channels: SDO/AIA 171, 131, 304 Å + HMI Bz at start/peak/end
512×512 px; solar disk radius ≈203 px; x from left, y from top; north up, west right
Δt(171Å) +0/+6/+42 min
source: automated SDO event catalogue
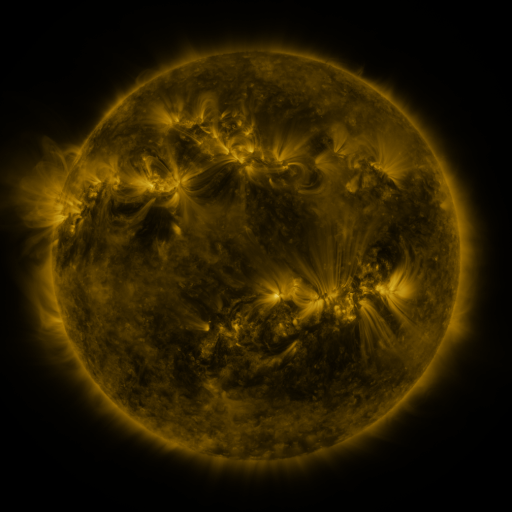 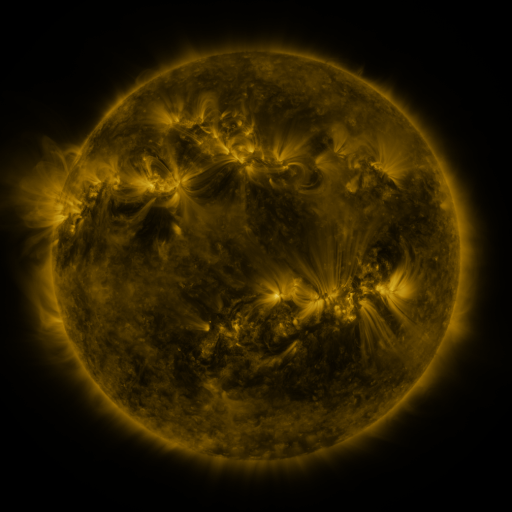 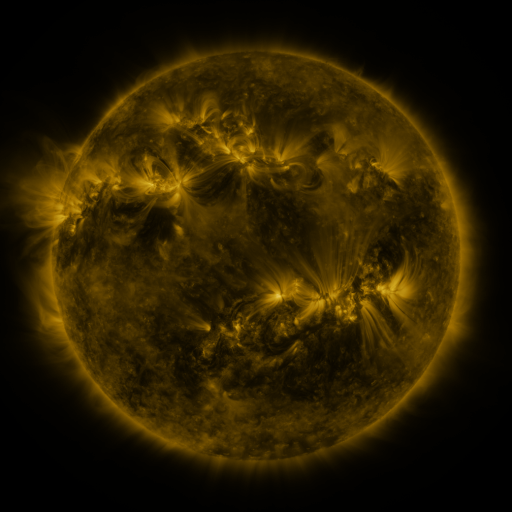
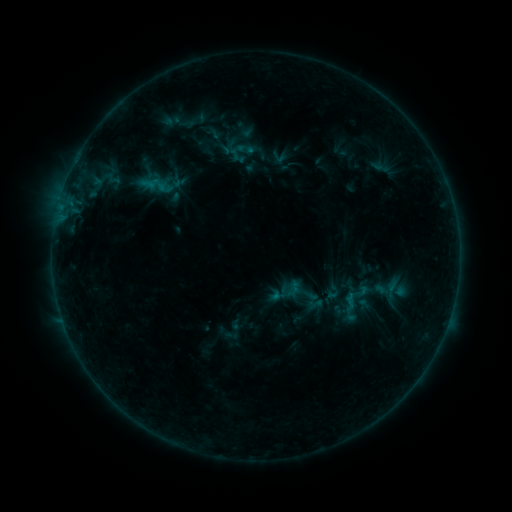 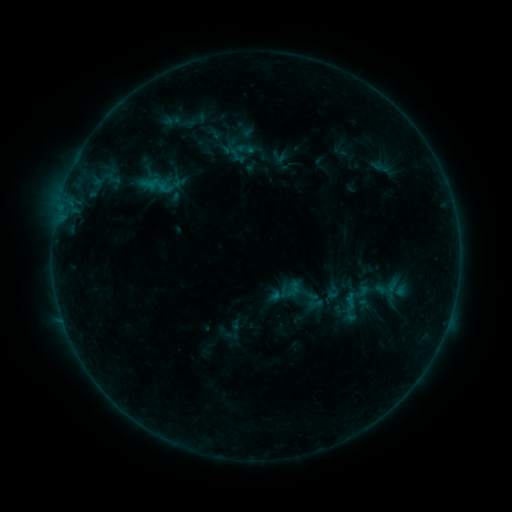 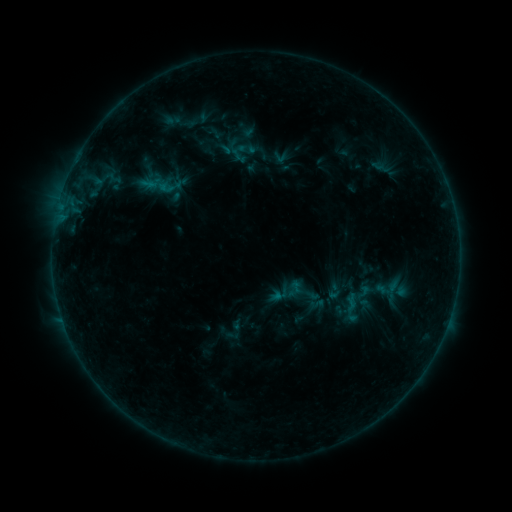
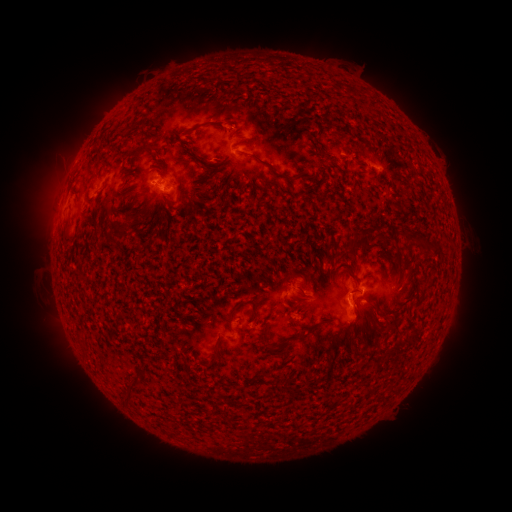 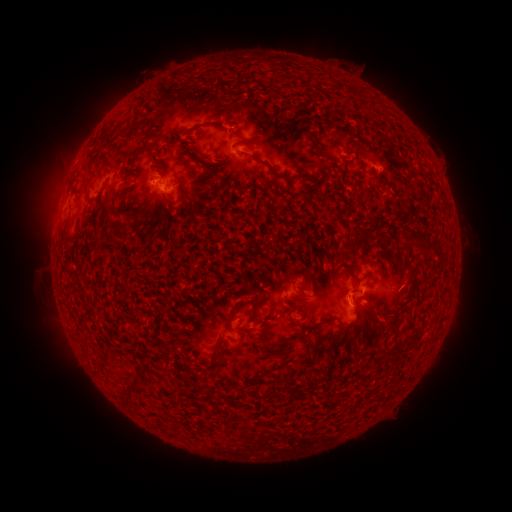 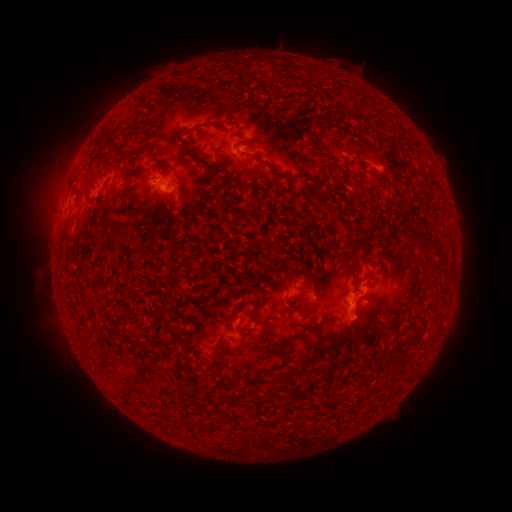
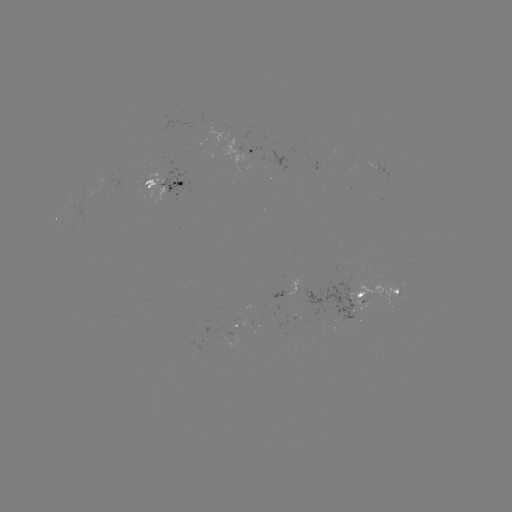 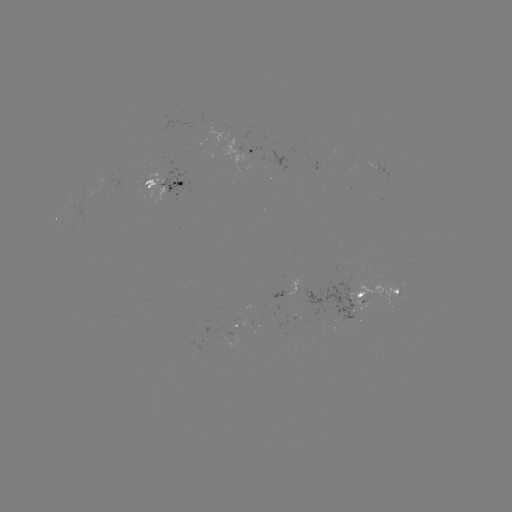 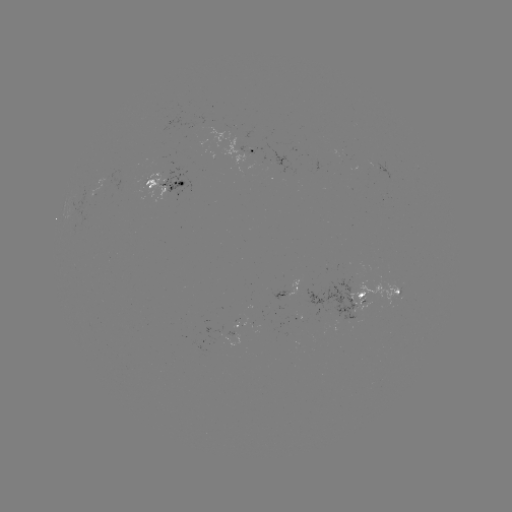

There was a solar emerging-flux region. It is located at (345, 304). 